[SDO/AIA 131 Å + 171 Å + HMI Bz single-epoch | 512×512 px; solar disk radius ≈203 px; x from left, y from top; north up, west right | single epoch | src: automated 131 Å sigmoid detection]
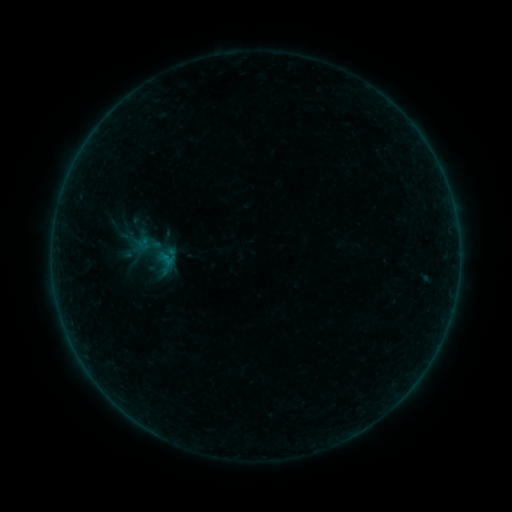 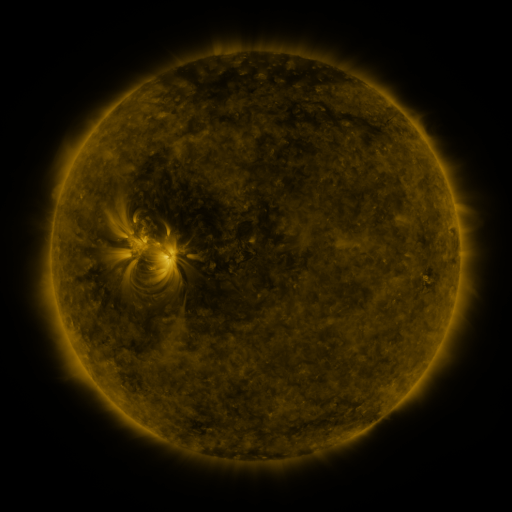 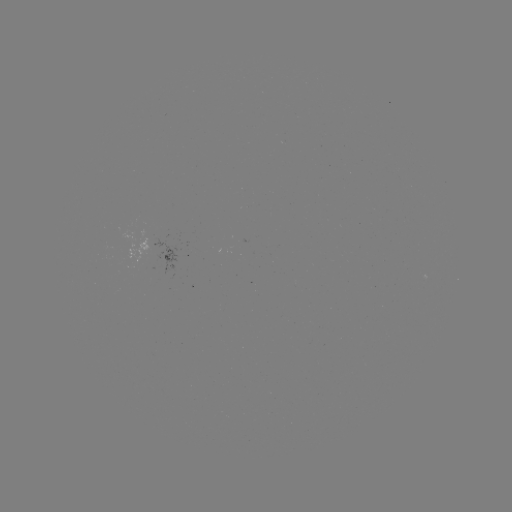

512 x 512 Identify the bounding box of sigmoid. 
[123, 220, 185, 288].